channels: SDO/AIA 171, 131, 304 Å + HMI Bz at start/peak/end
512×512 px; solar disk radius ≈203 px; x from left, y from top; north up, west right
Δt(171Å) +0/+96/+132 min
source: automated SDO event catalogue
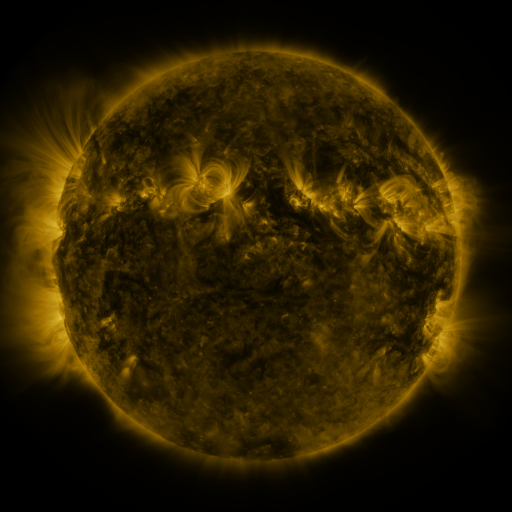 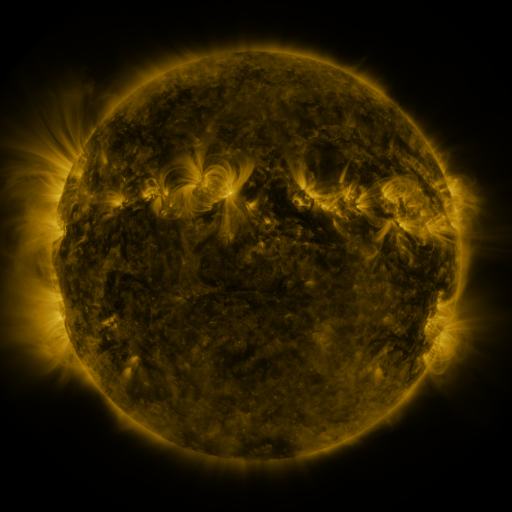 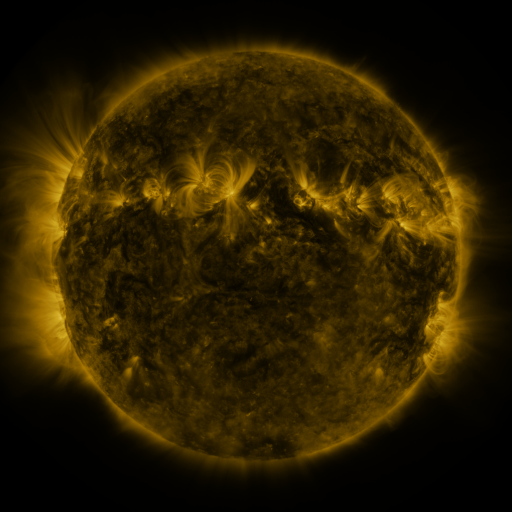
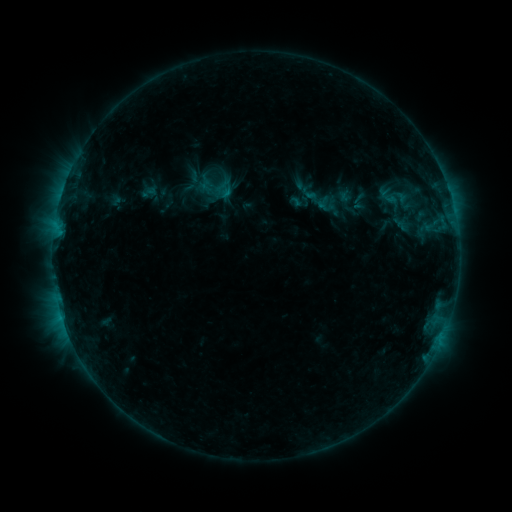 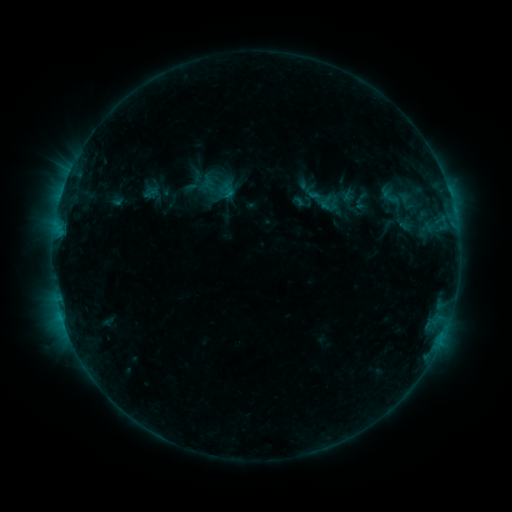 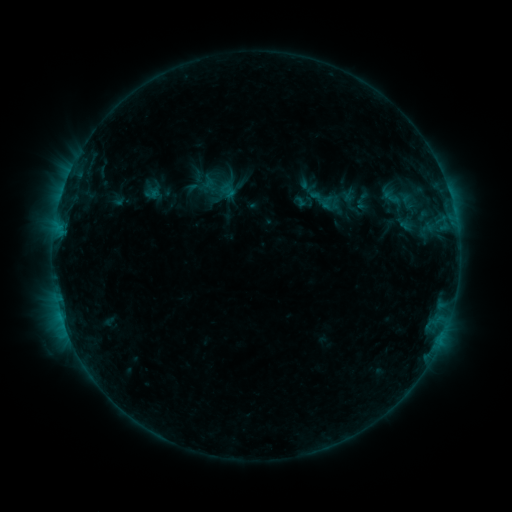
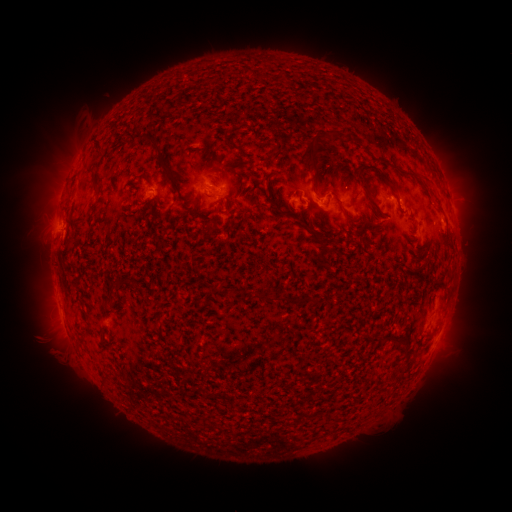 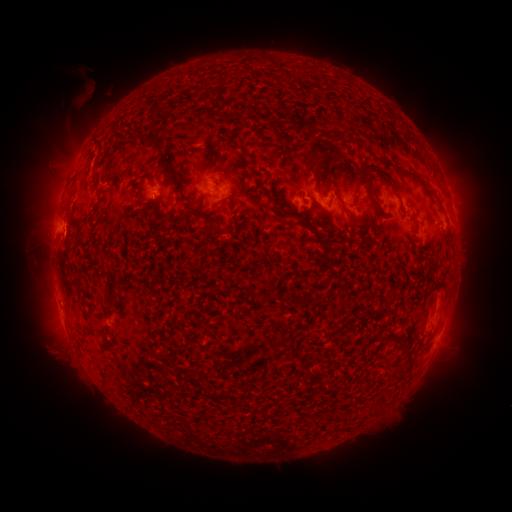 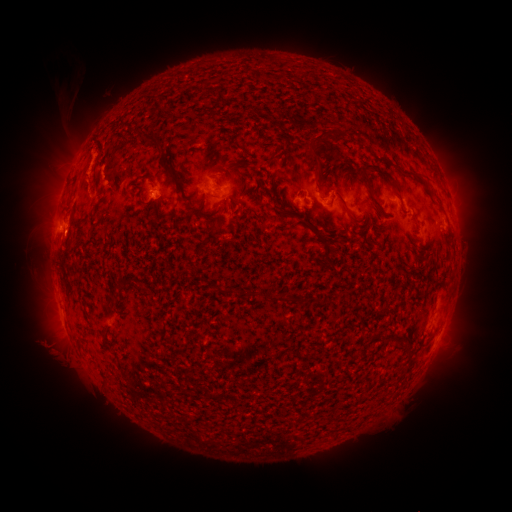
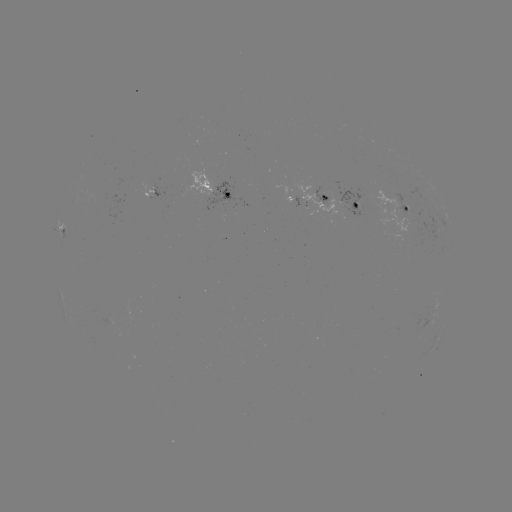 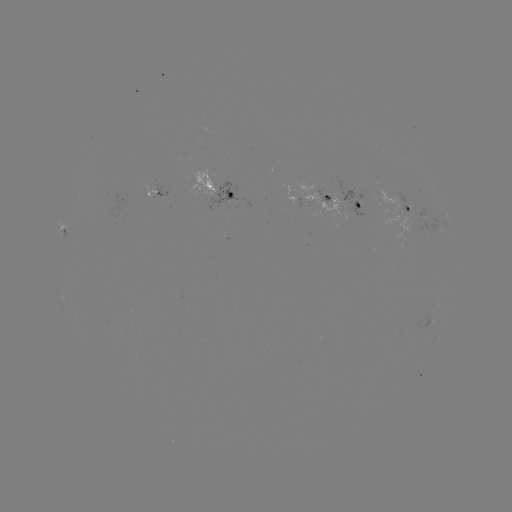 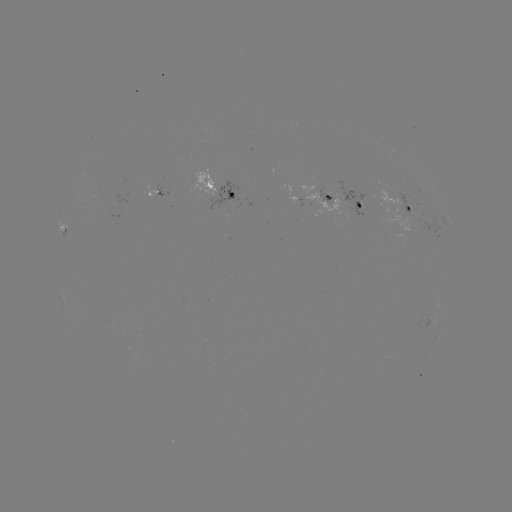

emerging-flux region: <bbox>100, 319, 113, 329</bbox>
